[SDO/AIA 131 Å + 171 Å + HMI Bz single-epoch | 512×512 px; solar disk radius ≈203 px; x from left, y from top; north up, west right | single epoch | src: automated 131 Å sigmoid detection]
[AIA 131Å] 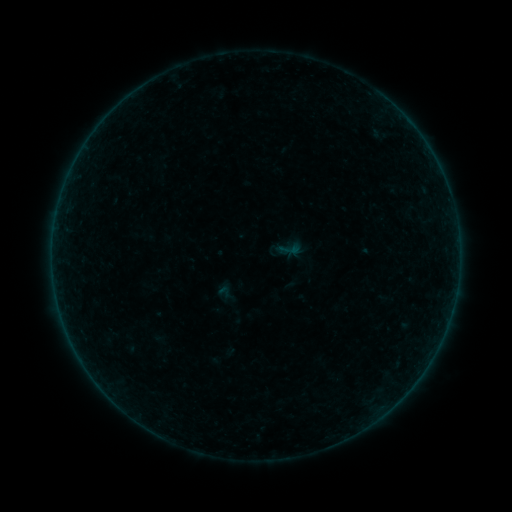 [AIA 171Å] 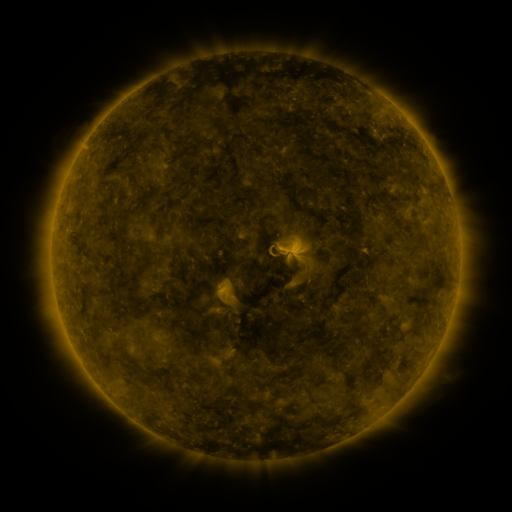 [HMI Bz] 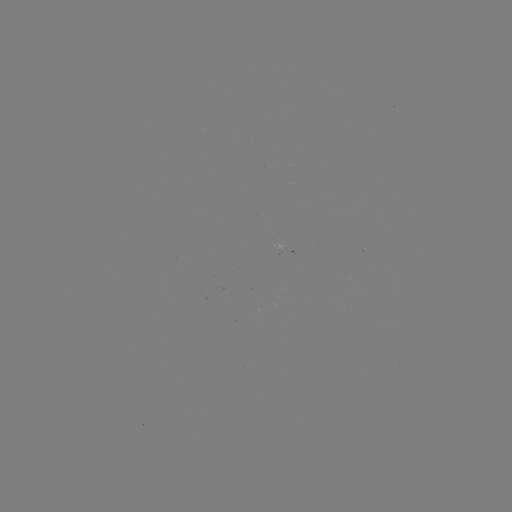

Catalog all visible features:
sigmoid: (289, 249)
